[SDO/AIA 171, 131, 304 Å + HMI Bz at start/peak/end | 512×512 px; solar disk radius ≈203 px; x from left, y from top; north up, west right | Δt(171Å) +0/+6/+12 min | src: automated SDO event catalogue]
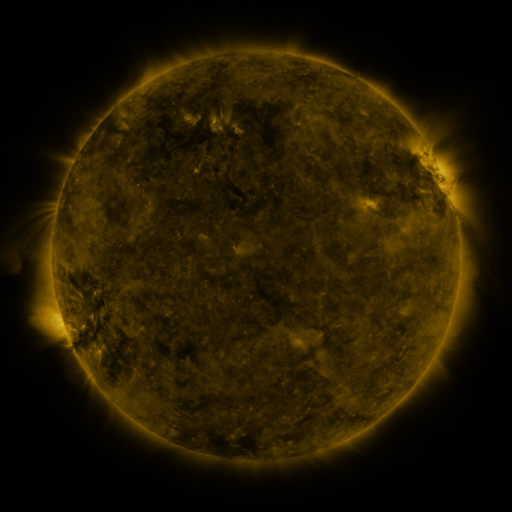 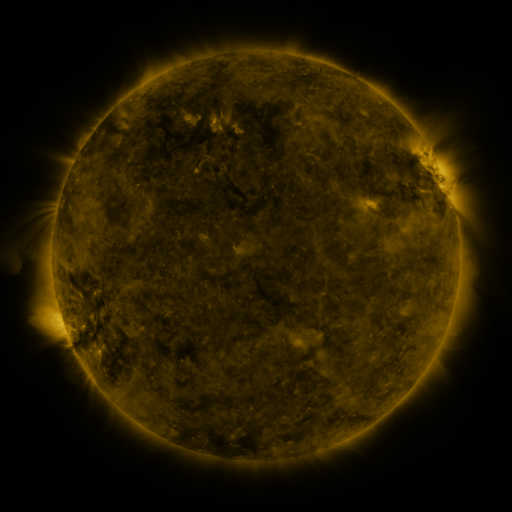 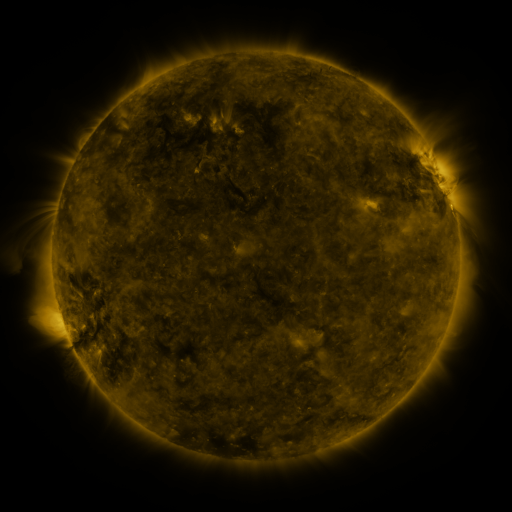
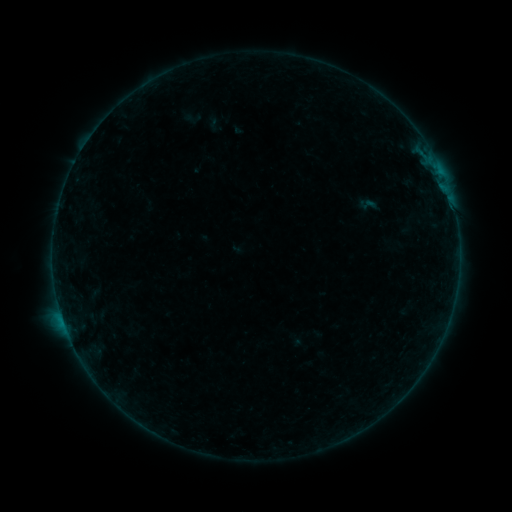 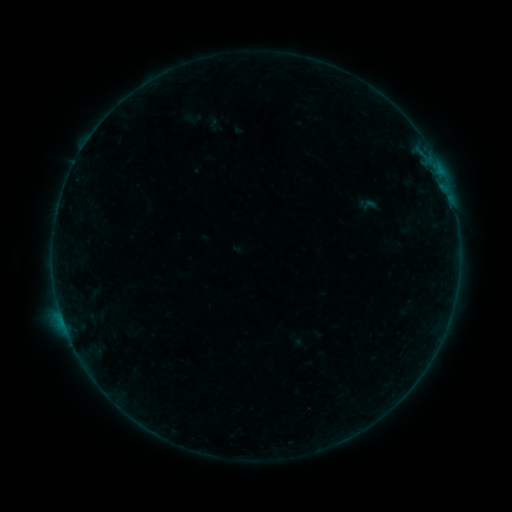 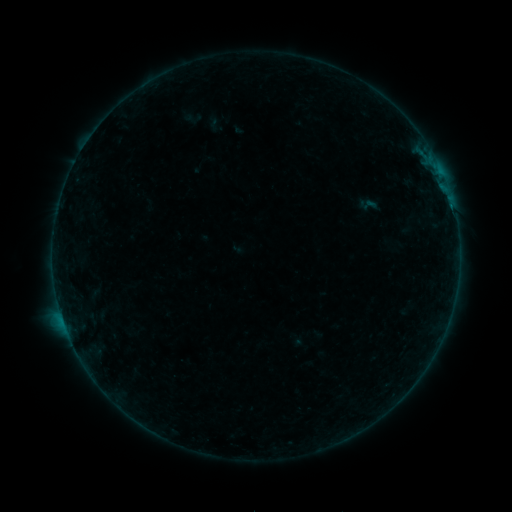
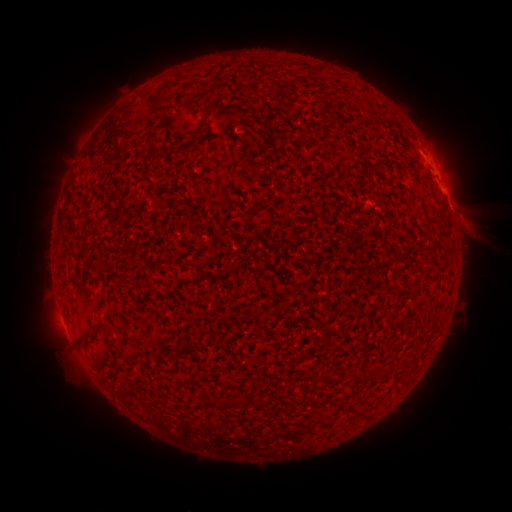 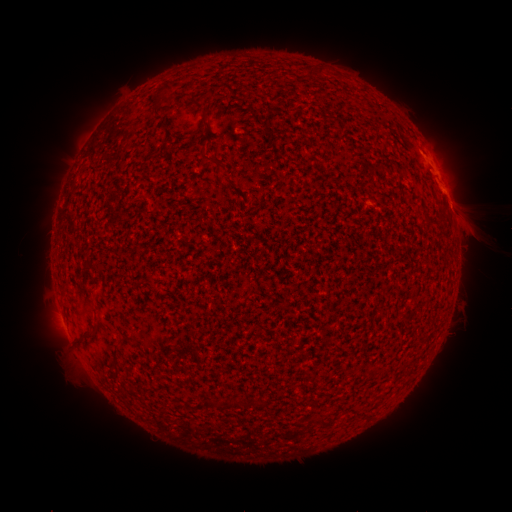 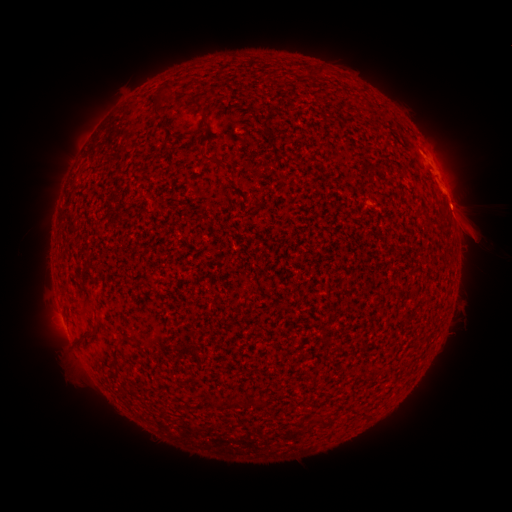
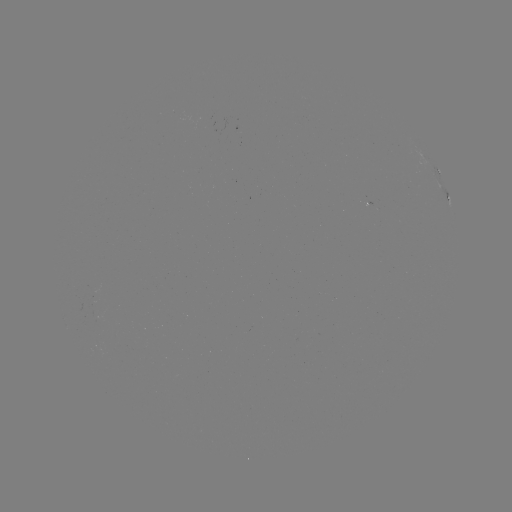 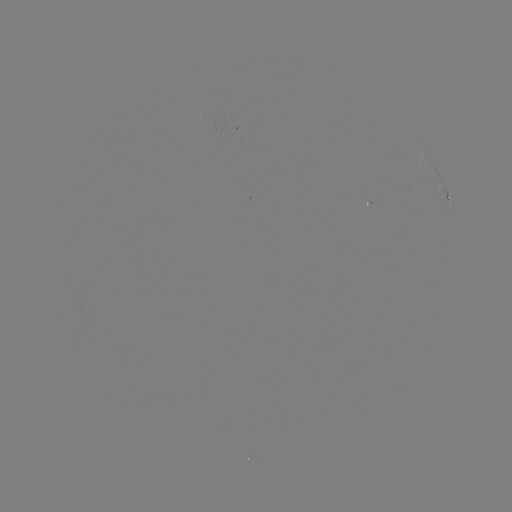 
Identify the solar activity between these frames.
eruption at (470, 227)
